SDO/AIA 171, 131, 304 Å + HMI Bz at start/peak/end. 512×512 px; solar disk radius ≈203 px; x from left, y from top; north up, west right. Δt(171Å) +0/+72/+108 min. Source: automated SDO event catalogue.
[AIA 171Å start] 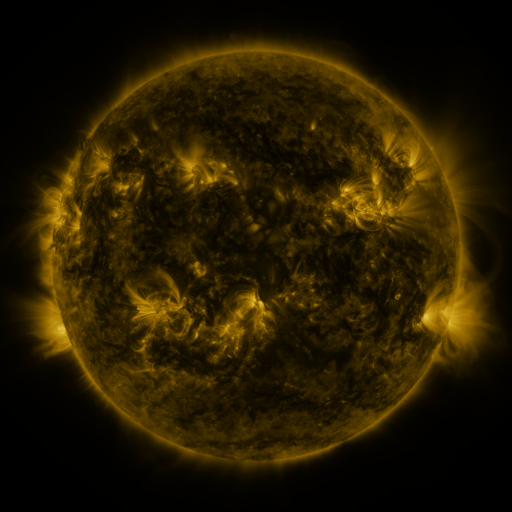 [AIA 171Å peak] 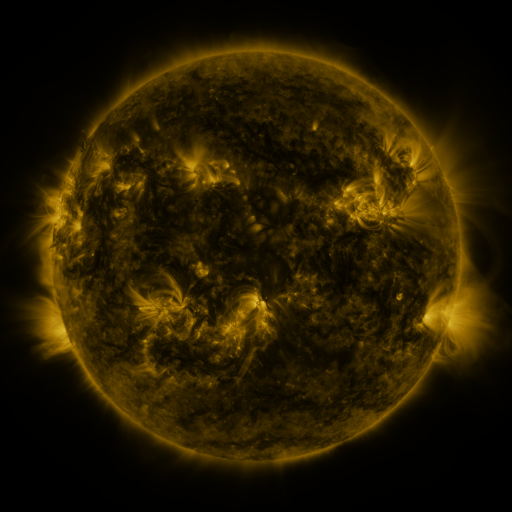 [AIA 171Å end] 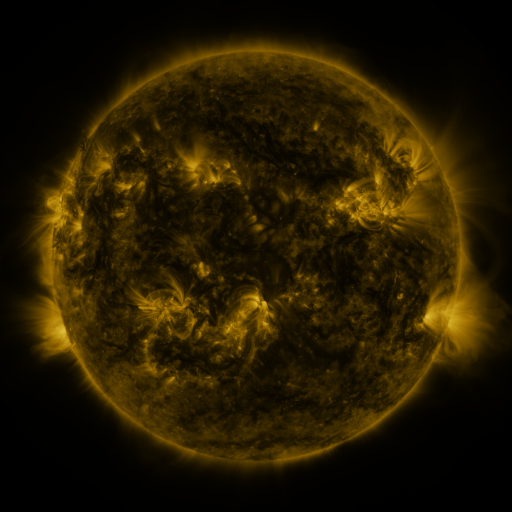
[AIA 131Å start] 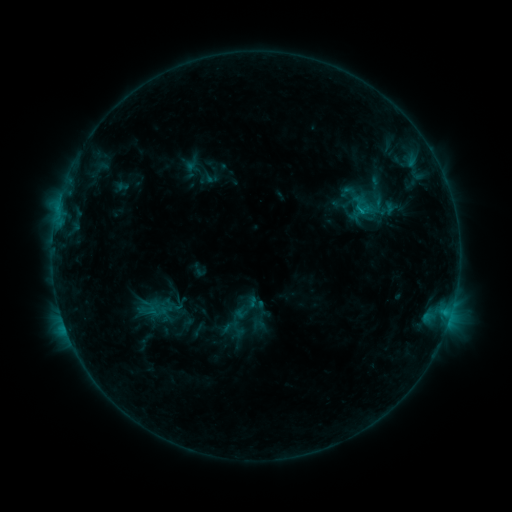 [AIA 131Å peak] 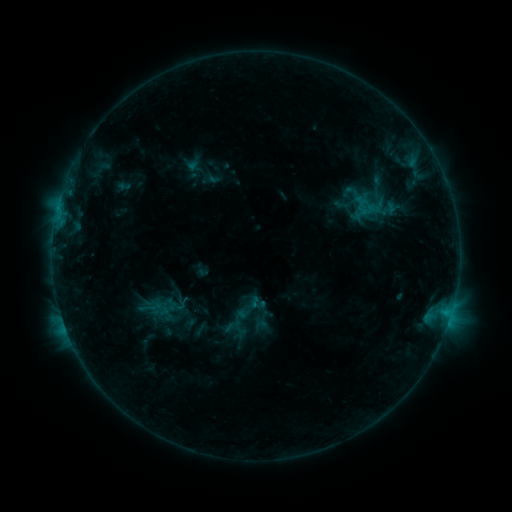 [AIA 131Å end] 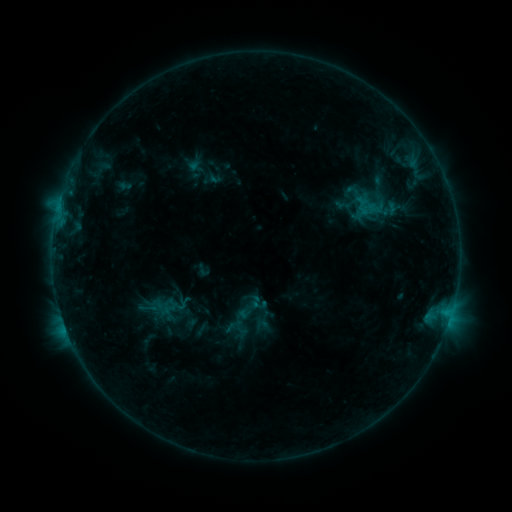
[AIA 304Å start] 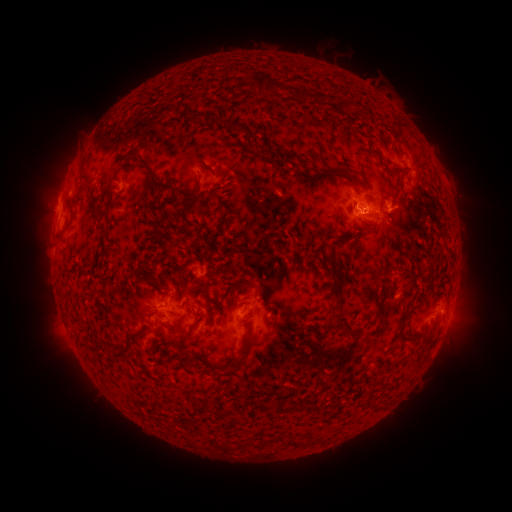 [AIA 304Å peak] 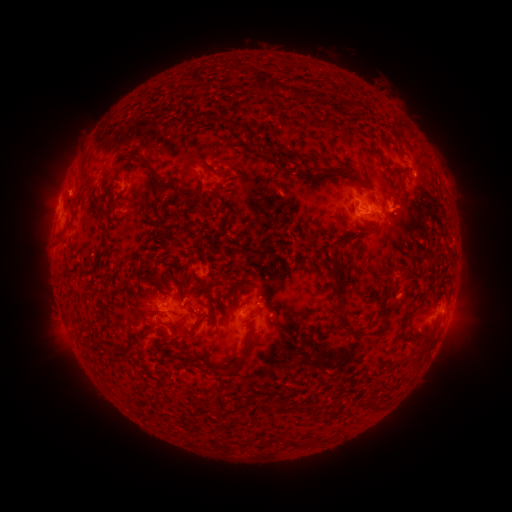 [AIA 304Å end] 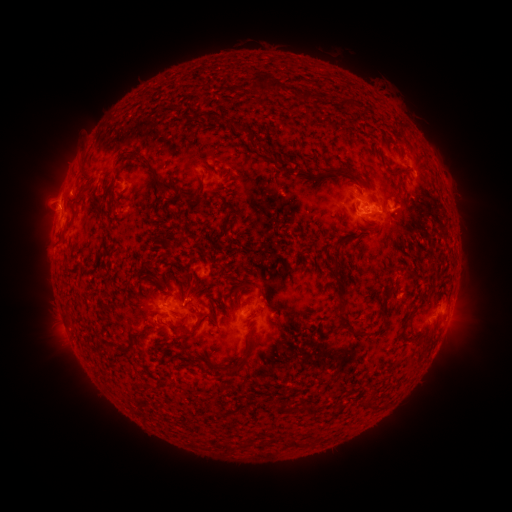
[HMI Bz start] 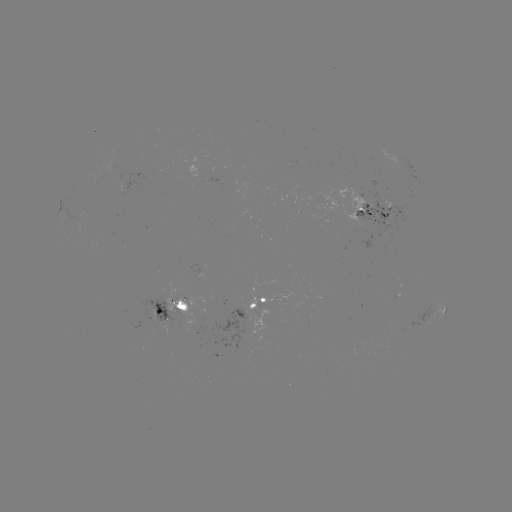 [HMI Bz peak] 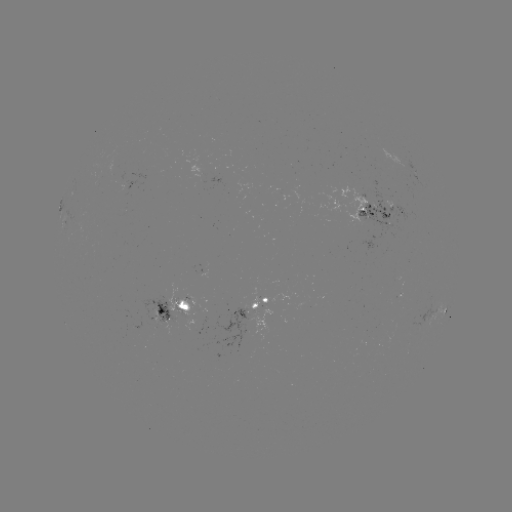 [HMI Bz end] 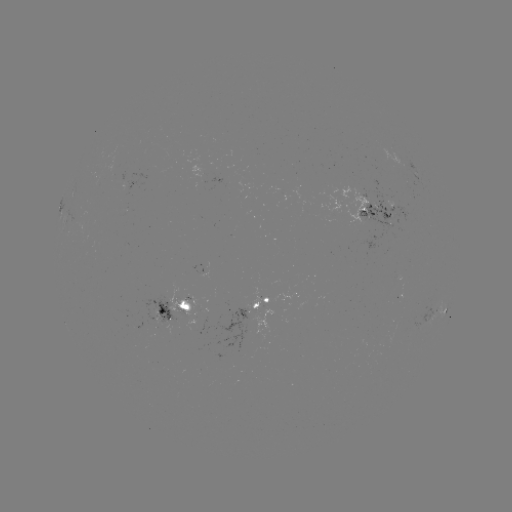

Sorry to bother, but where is emerging-flux region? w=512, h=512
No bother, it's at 158,314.